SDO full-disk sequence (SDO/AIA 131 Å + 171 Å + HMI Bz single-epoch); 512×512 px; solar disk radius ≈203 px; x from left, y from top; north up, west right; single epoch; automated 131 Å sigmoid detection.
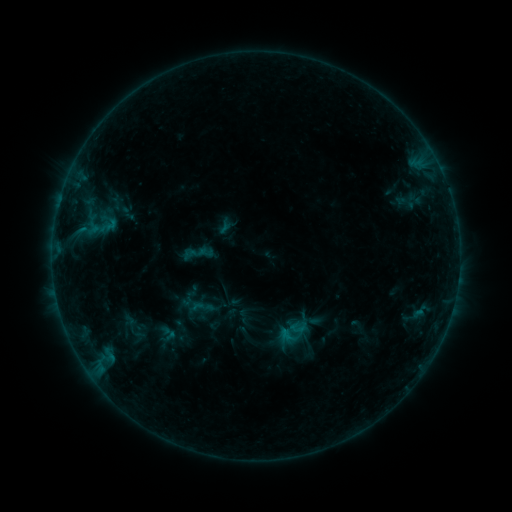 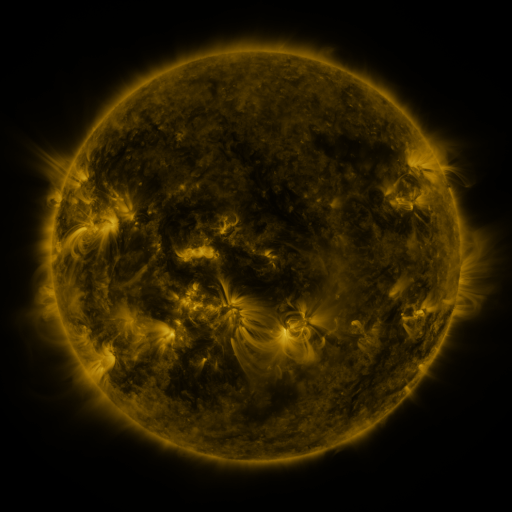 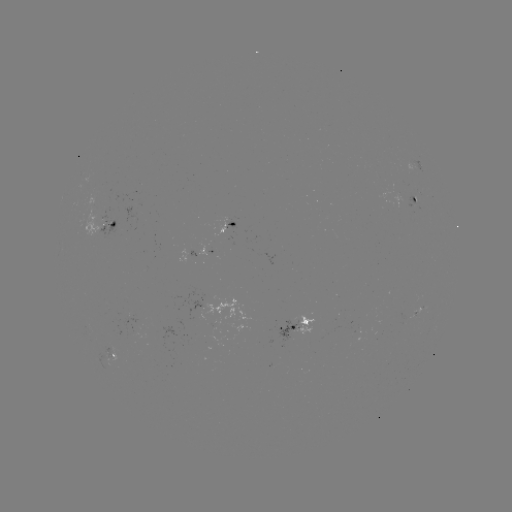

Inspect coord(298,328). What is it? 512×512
sigmoid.